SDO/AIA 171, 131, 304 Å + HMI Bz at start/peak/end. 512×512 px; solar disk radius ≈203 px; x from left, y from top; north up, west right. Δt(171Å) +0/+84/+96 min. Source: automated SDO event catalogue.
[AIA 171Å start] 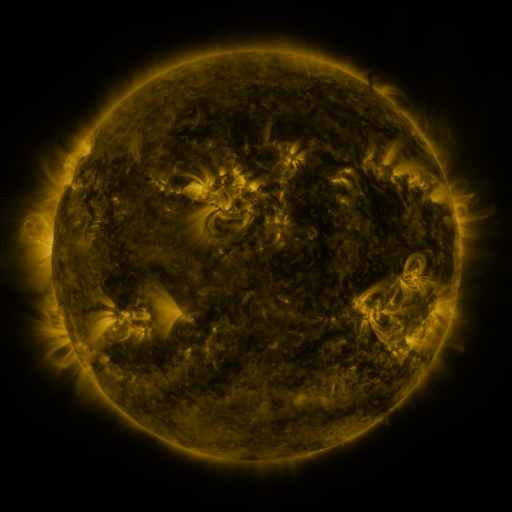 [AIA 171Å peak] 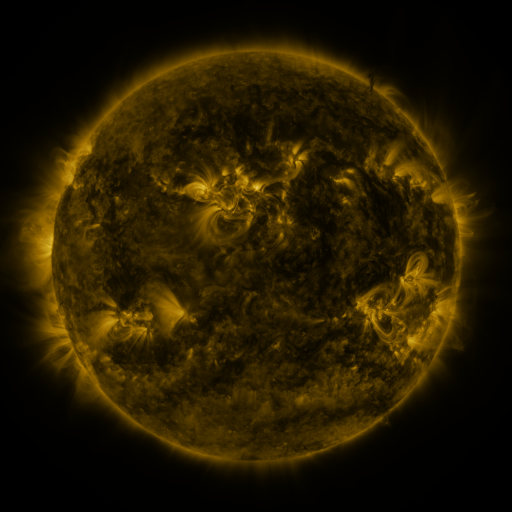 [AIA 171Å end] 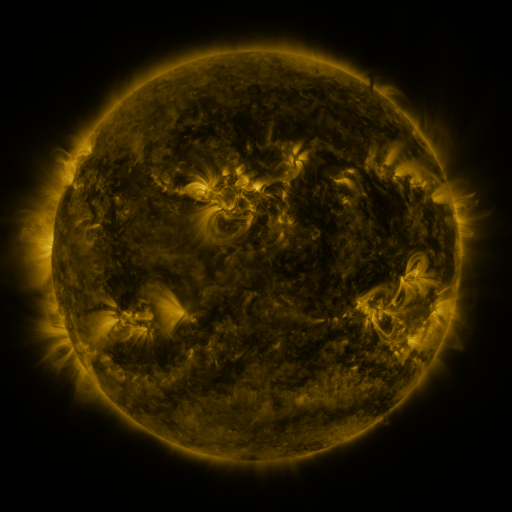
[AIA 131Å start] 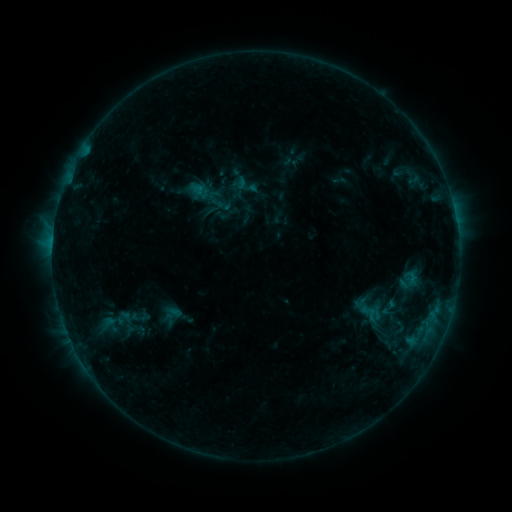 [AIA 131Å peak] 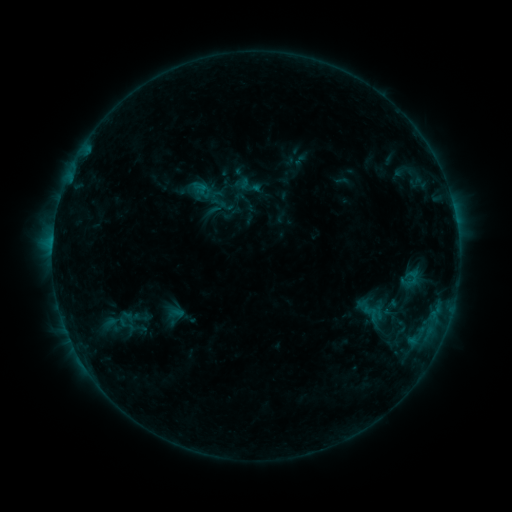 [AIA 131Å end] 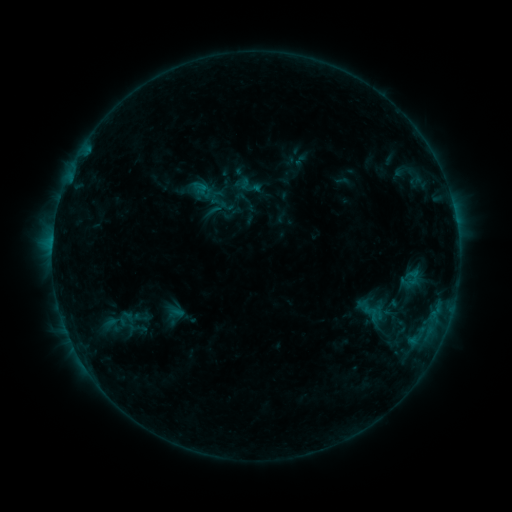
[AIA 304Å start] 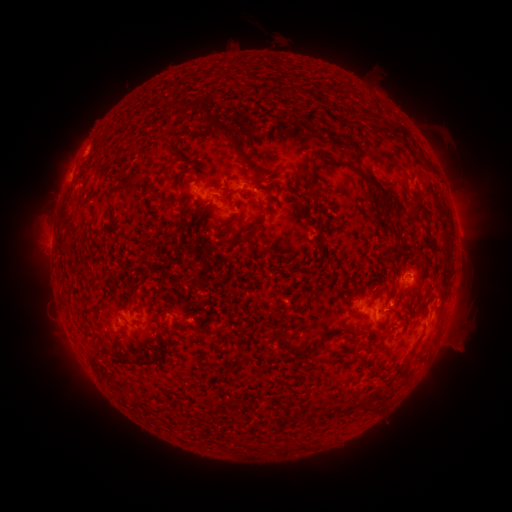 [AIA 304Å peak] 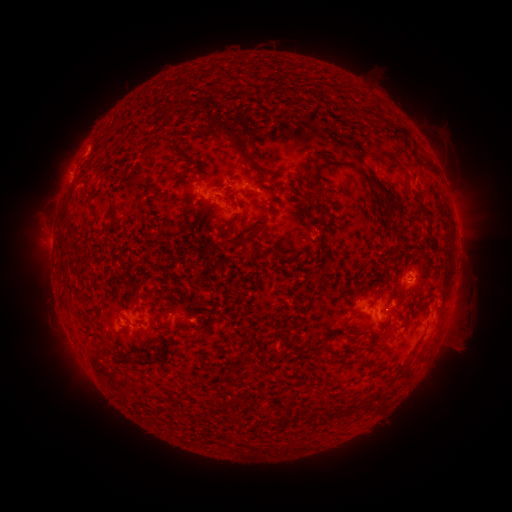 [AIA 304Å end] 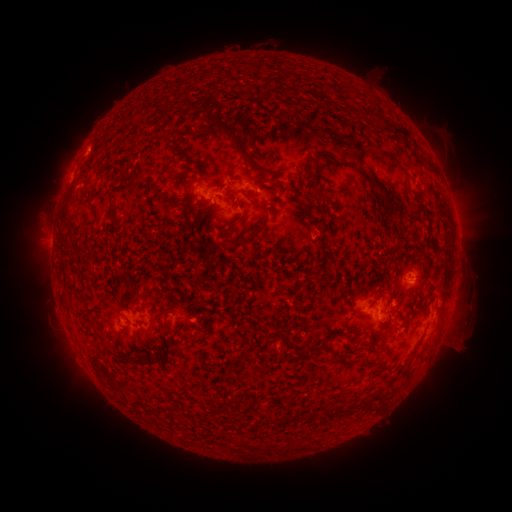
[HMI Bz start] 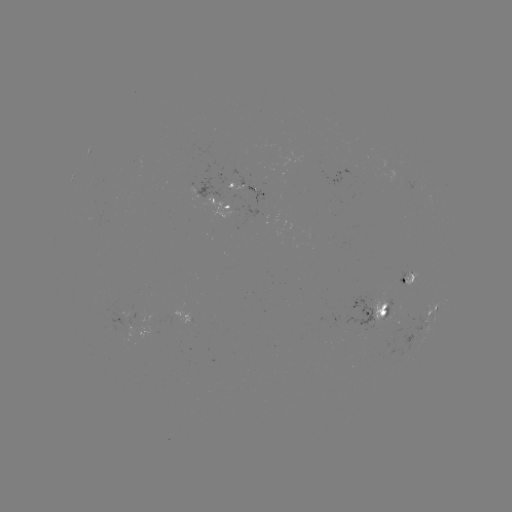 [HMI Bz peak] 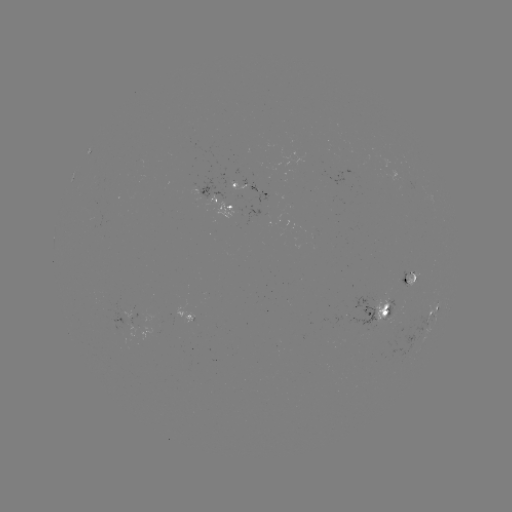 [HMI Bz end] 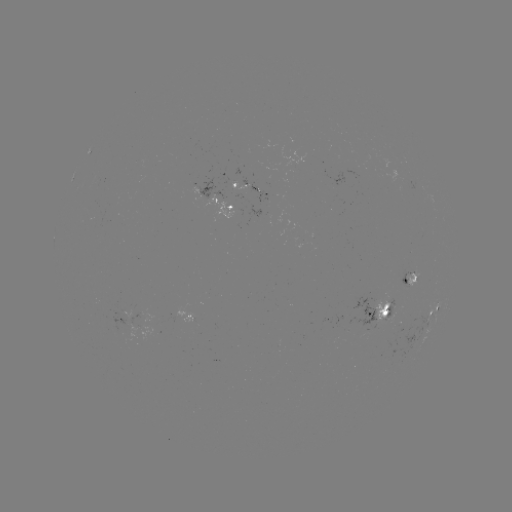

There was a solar emerging-flux region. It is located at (410, 276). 